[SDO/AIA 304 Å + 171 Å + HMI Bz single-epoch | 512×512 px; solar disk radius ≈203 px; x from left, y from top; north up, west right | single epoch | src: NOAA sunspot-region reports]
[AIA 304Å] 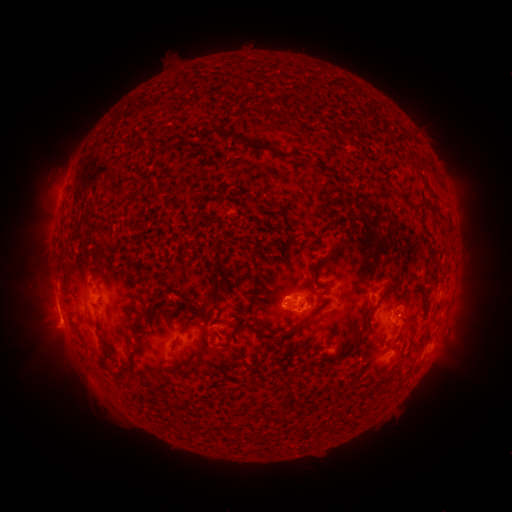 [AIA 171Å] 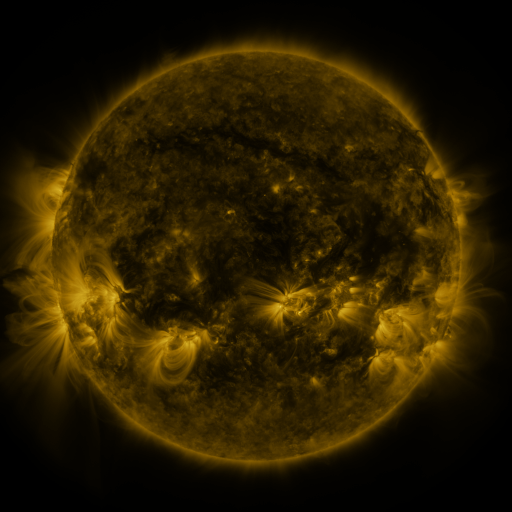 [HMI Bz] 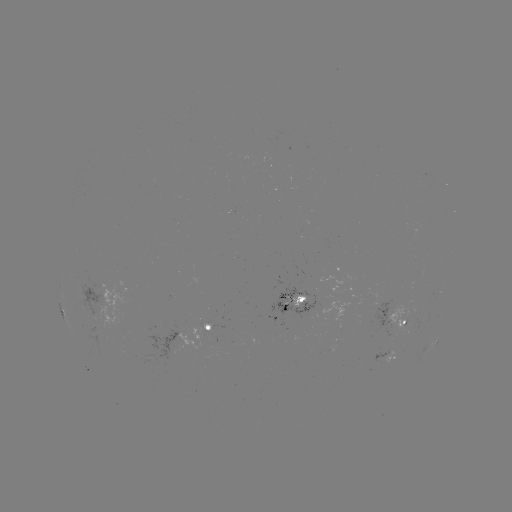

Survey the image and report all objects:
spotted active region: (435, 295)
spotted active region: (290, 302)
spotted active region: (405, 315)
spotted active region: (200, 329)
spotted active region: (436, 342)
spotted active region: (387, 358)
